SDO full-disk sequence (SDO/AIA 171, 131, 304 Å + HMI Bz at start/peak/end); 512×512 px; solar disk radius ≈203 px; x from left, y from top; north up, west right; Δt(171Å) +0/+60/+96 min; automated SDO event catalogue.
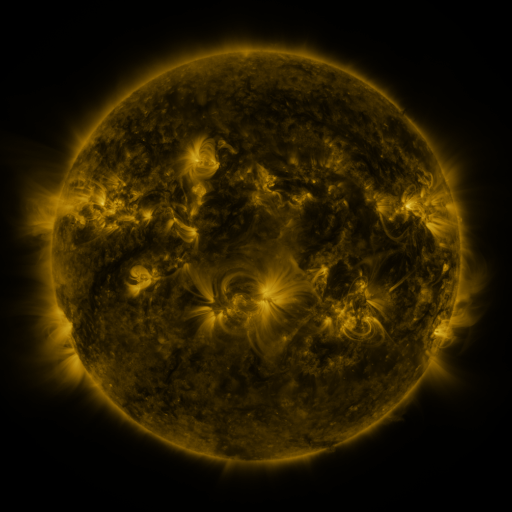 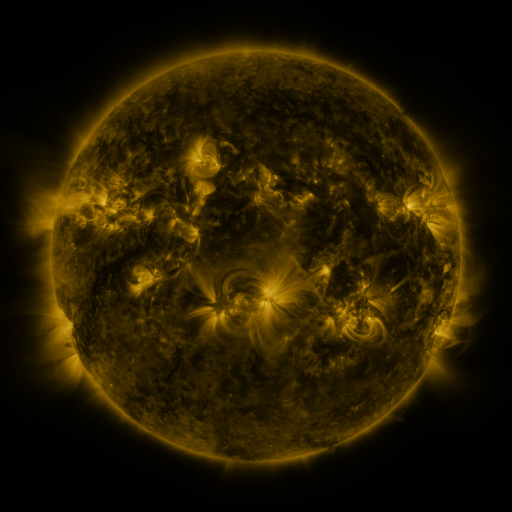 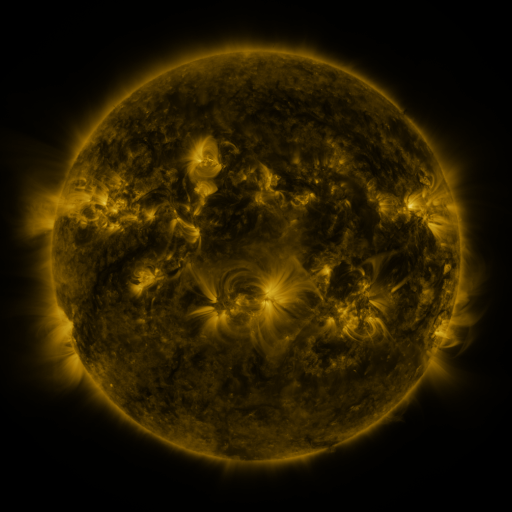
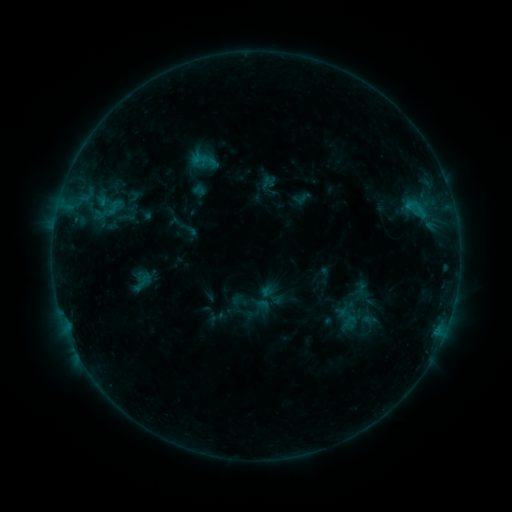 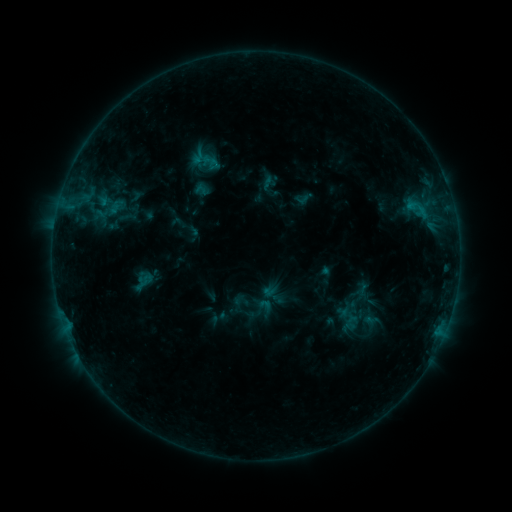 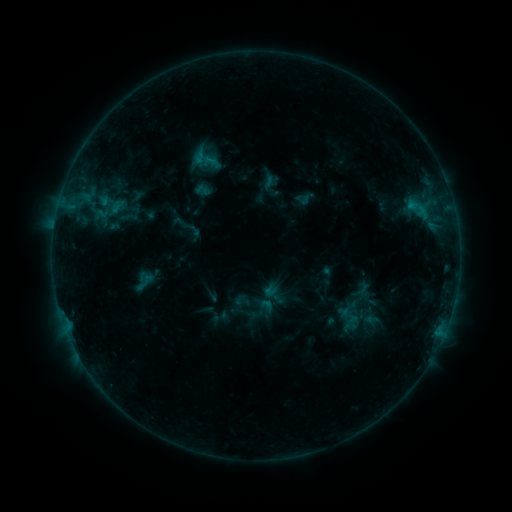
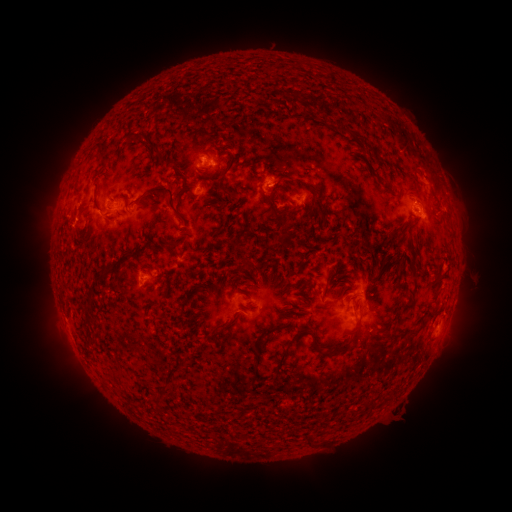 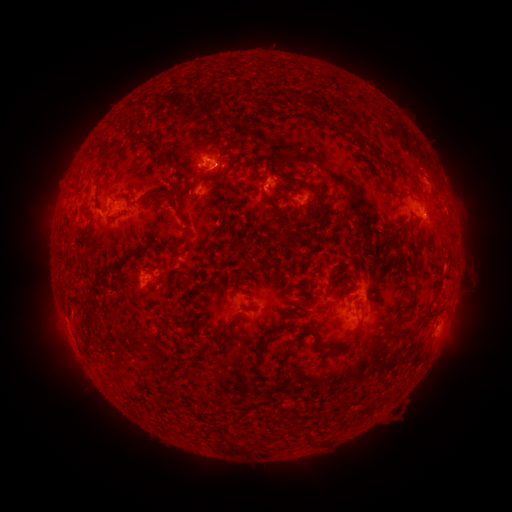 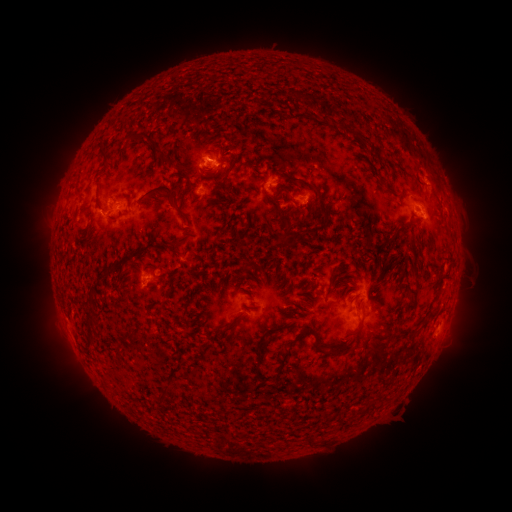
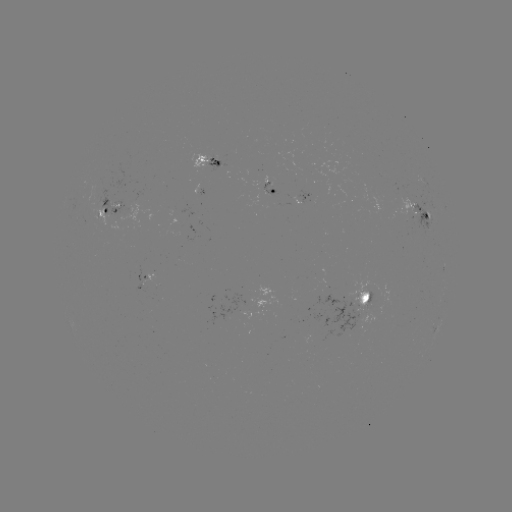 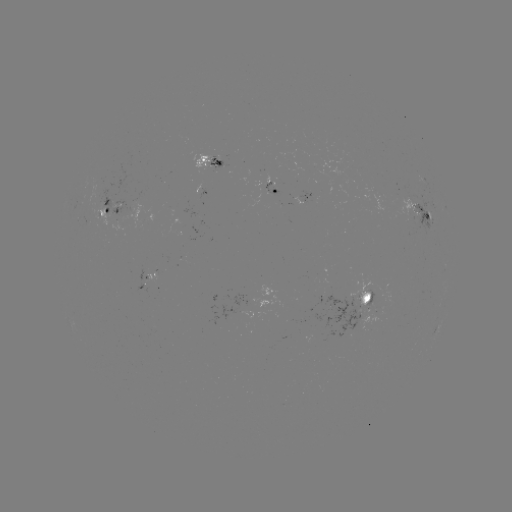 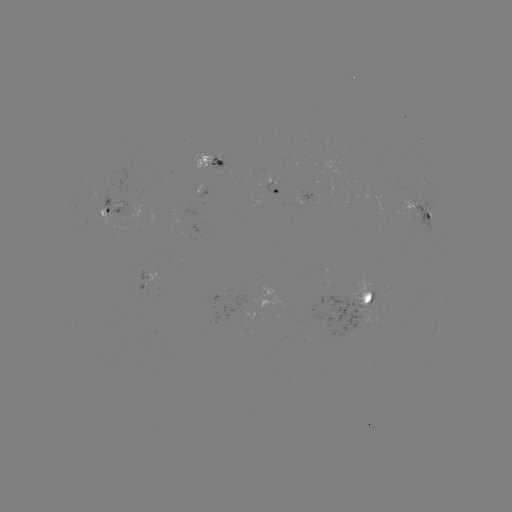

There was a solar emerging-flux region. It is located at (318, 170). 